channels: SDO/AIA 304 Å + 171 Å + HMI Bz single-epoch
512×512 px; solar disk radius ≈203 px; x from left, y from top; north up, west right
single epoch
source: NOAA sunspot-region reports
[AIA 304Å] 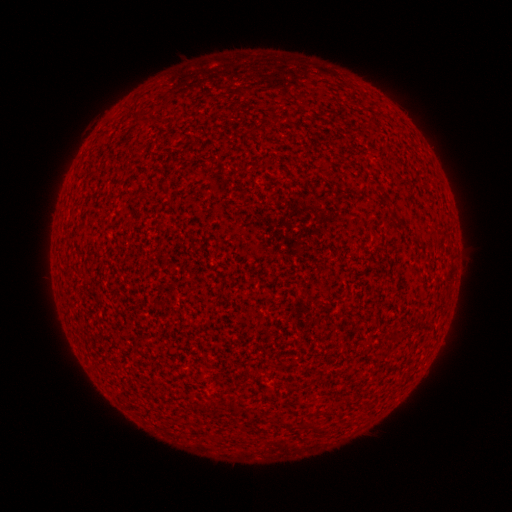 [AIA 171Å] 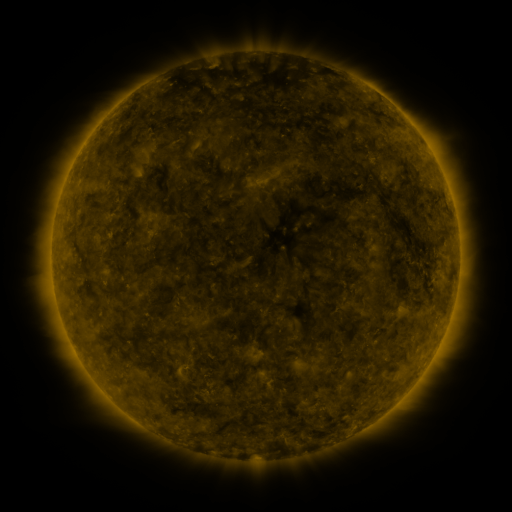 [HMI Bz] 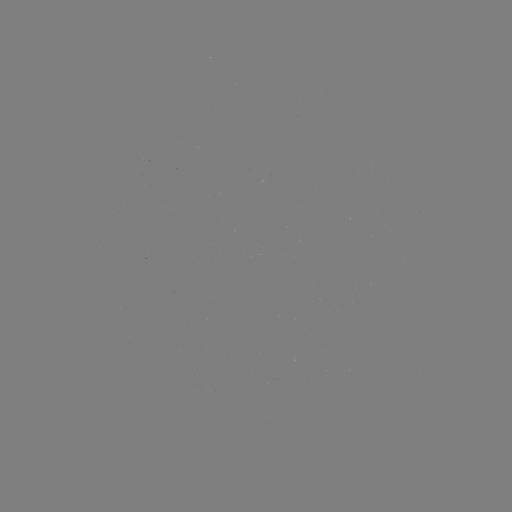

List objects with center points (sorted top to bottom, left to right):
(none)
